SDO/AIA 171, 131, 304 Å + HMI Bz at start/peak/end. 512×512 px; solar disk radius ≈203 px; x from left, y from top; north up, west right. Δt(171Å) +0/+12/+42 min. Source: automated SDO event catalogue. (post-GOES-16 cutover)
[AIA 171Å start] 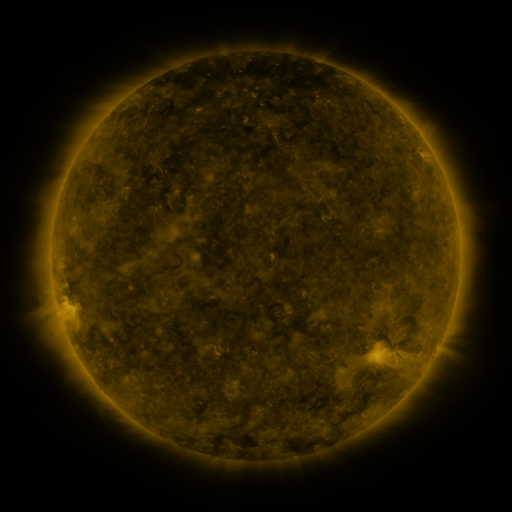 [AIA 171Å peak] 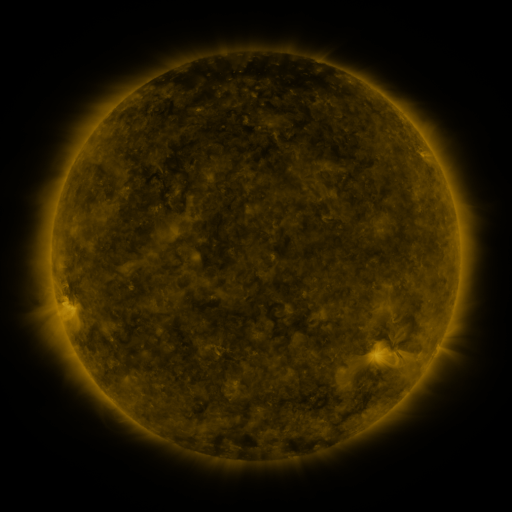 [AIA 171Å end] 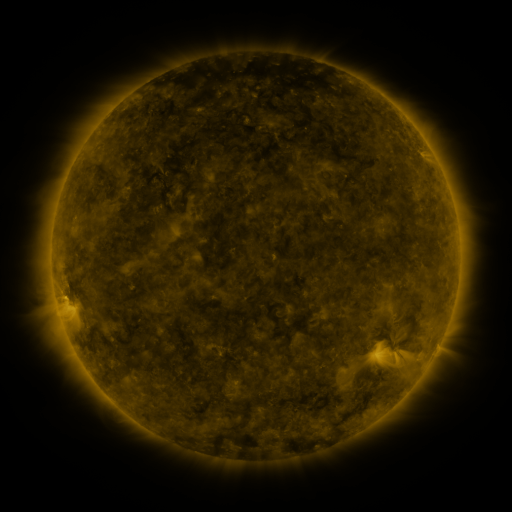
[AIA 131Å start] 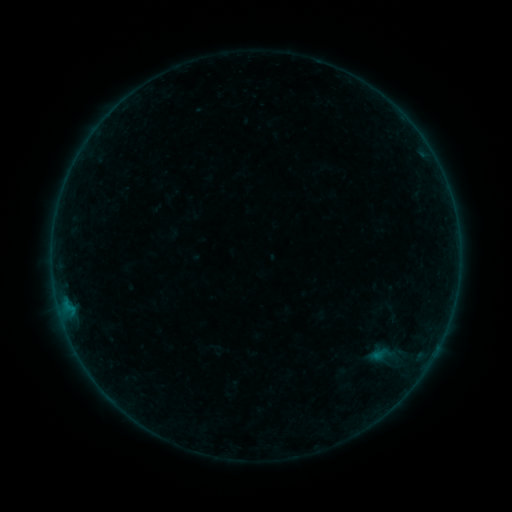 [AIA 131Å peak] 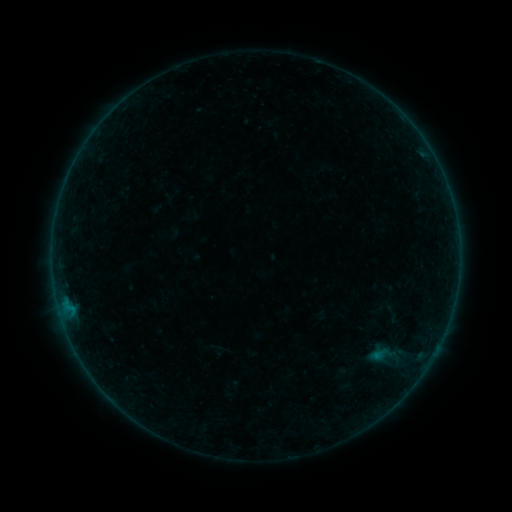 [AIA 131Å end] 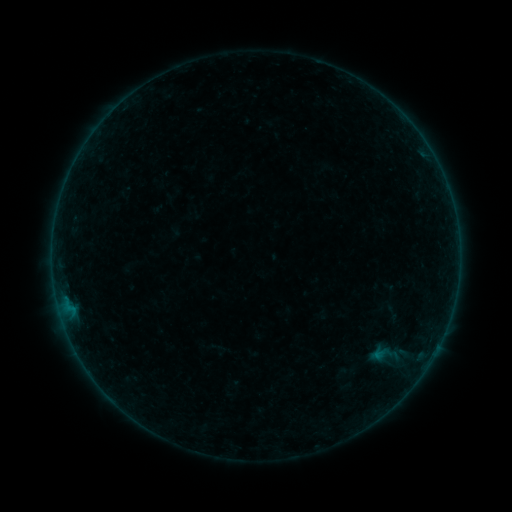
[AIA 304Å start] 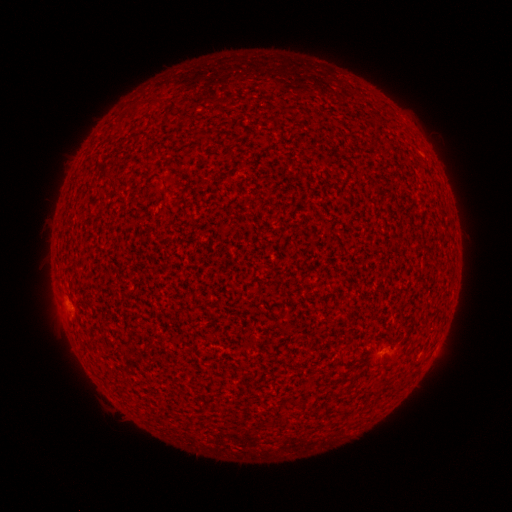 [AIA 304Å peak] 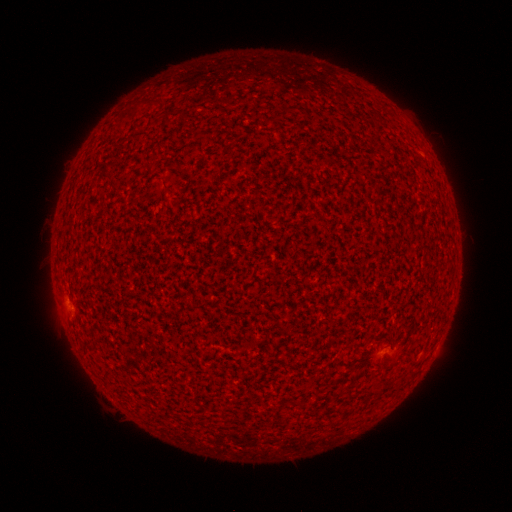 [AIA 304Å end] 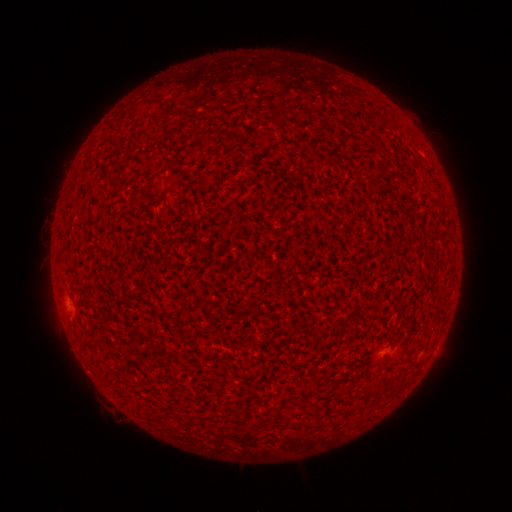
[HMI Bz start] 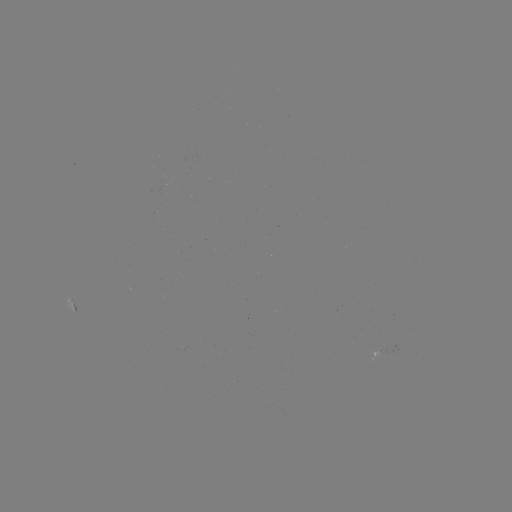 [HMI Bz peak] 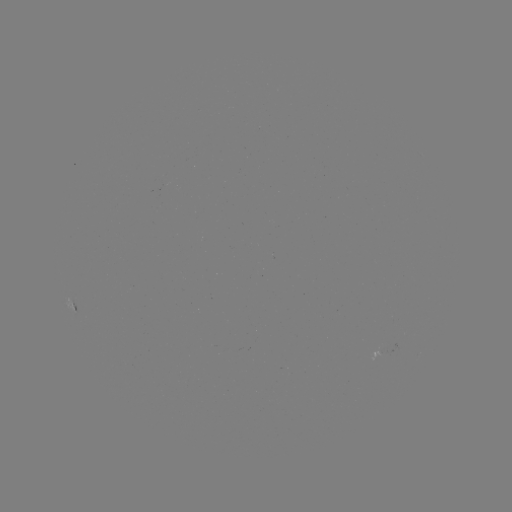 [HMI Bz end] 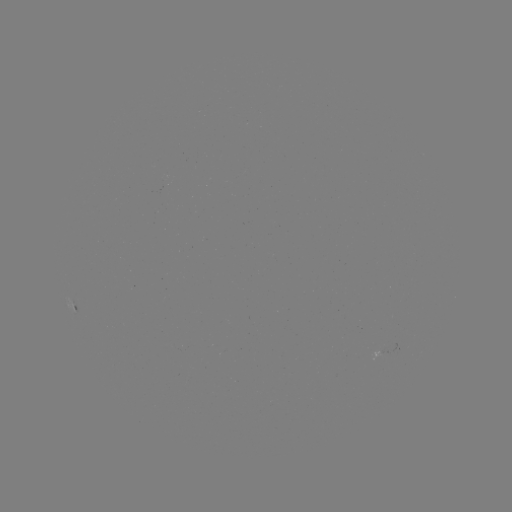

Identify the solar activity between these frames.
A7.4 flare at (60, 301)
